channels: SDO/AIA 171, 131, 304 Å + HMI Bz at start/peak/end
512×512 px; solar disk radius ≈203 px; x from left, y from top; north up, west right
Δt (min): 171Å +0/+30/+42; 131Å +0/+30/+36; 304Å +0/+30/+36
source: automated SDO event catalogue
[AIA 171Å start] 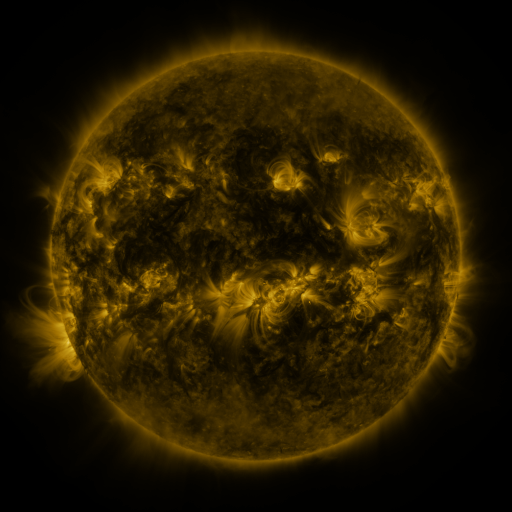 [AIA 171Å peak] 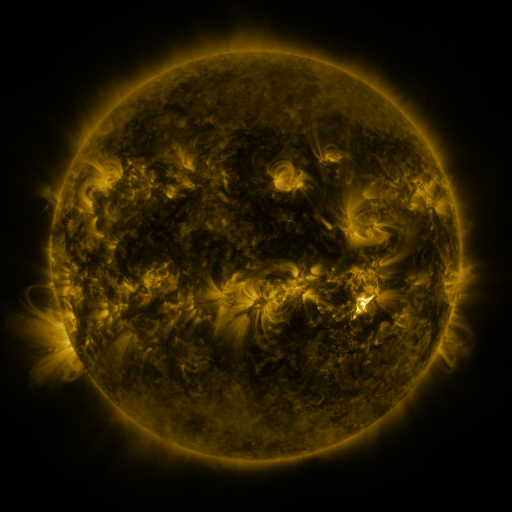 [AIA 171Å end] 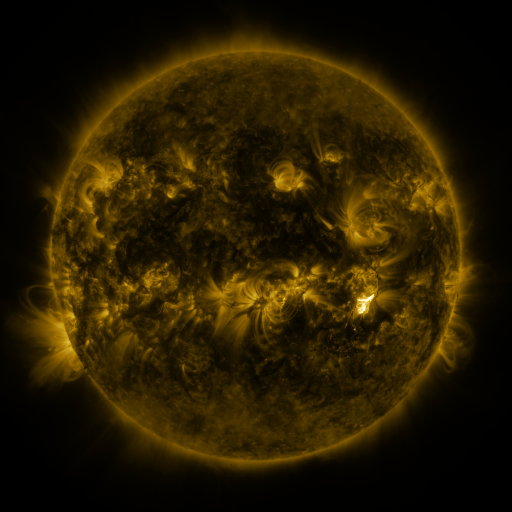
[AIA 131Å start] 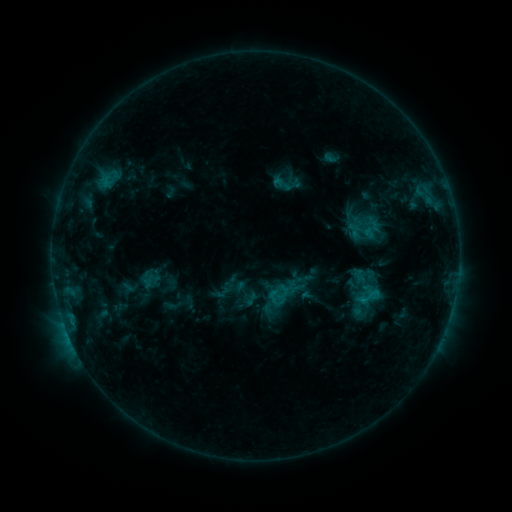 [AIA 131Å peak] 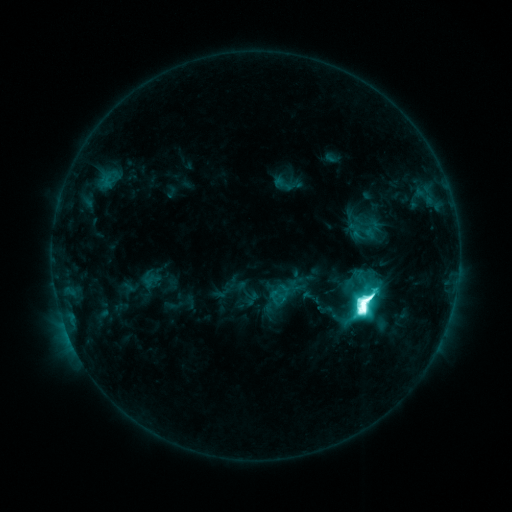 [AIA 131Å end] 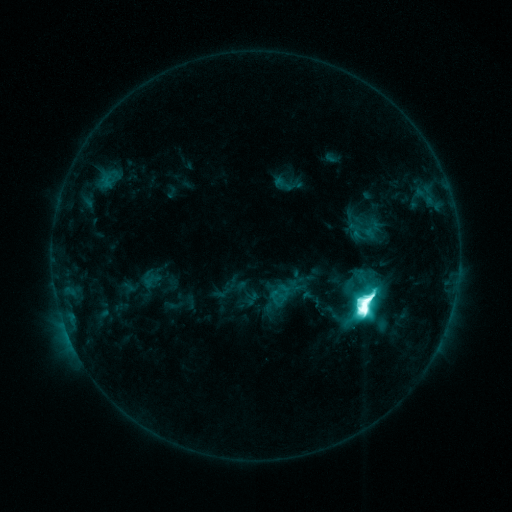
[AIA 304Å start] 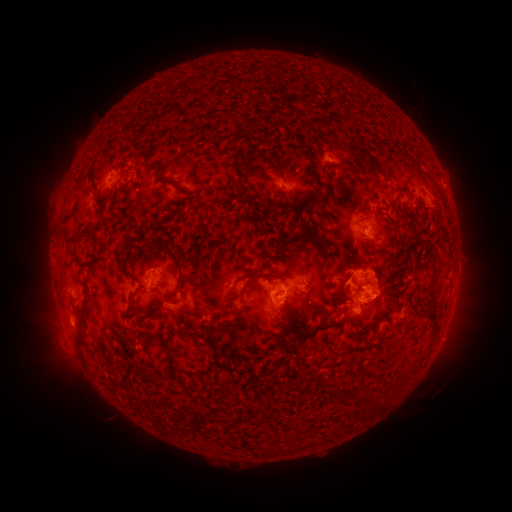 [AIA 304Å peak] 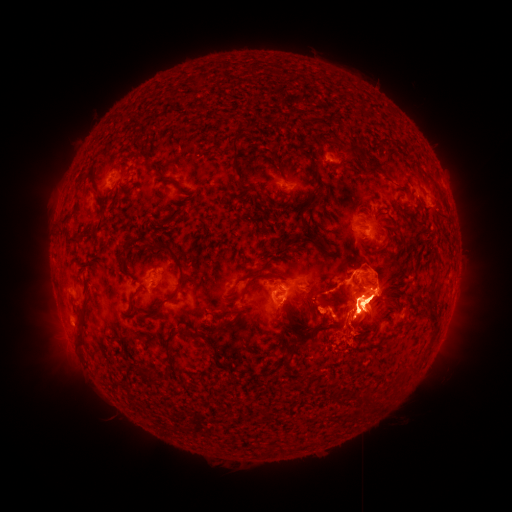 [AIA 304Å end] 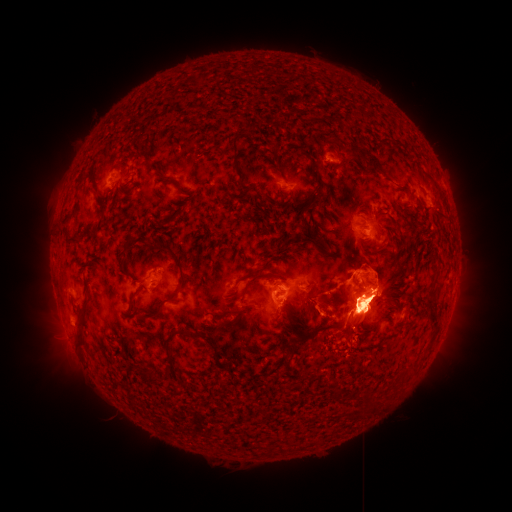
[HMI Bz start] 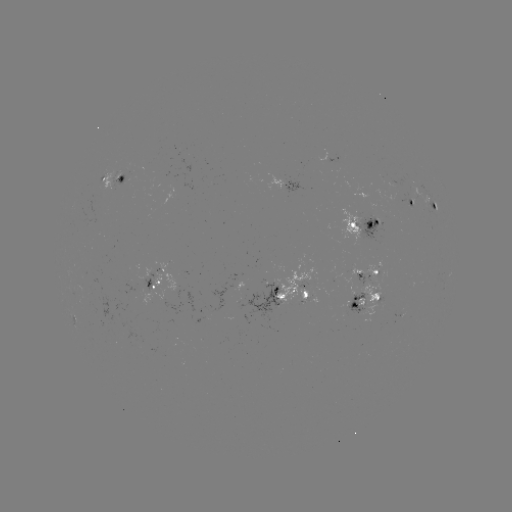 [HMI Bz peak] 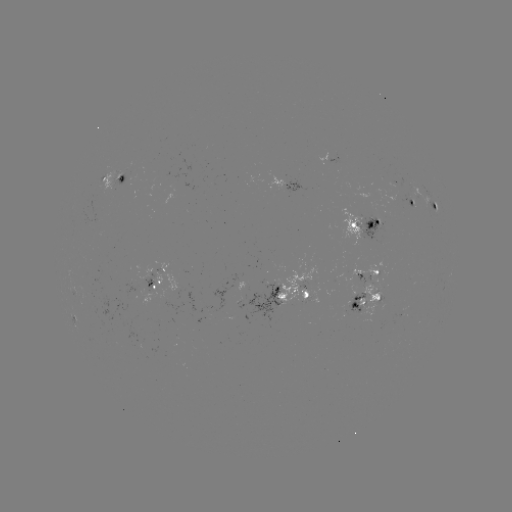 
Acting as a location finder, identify M7.3 flare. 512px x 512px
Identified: [363, 310].